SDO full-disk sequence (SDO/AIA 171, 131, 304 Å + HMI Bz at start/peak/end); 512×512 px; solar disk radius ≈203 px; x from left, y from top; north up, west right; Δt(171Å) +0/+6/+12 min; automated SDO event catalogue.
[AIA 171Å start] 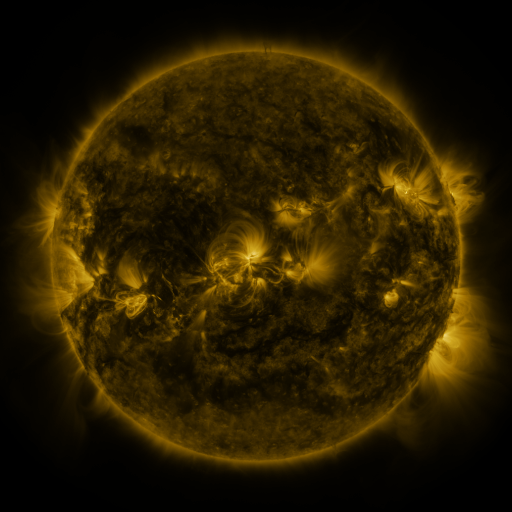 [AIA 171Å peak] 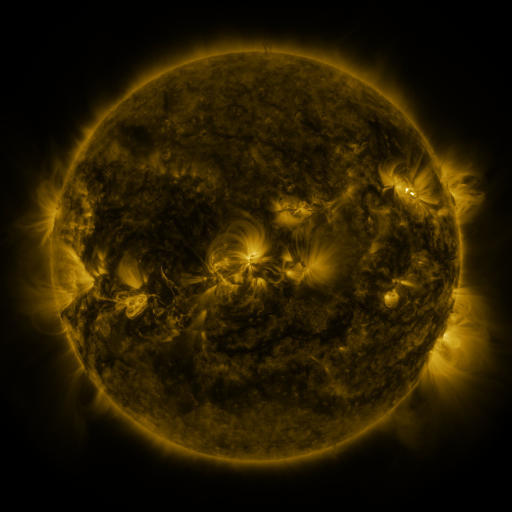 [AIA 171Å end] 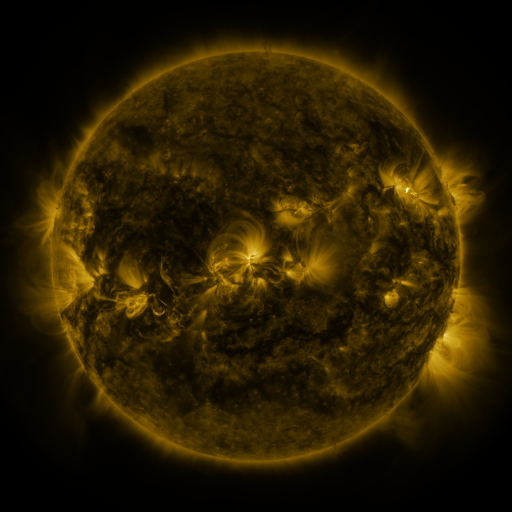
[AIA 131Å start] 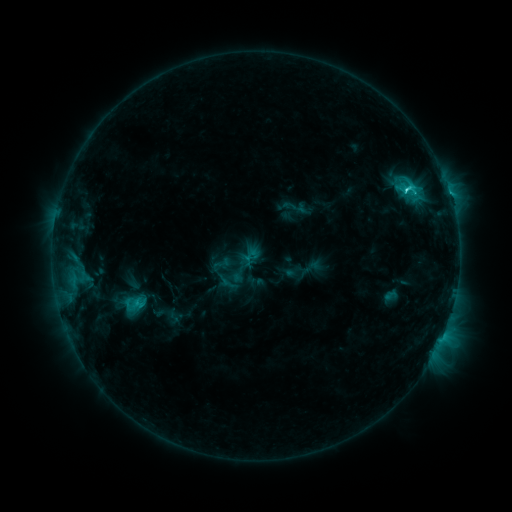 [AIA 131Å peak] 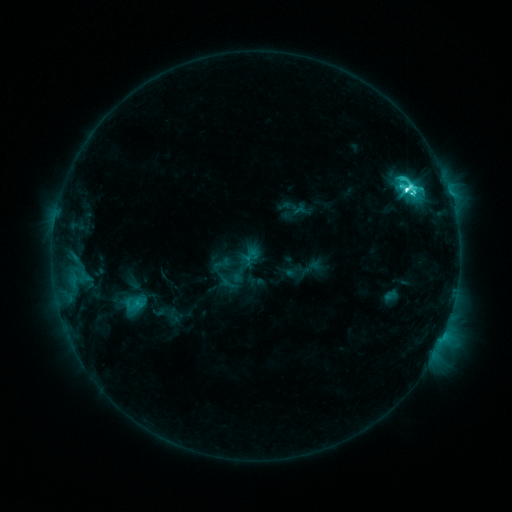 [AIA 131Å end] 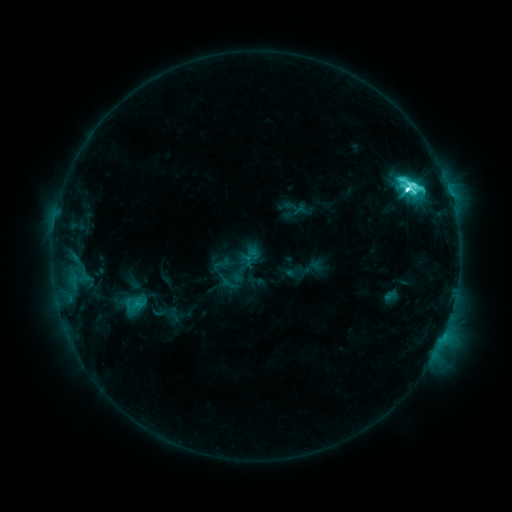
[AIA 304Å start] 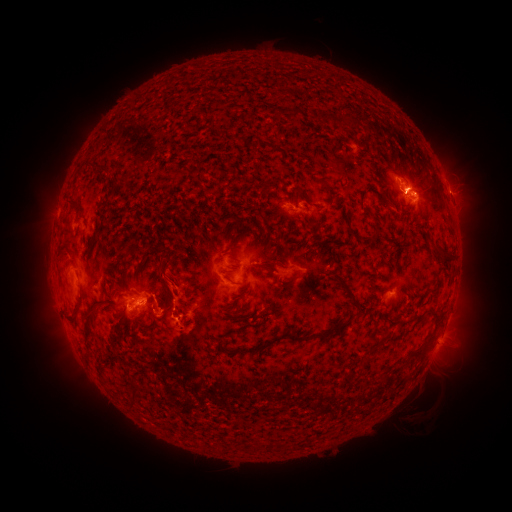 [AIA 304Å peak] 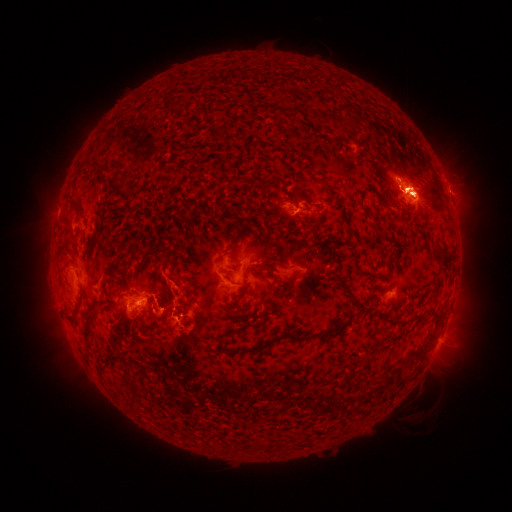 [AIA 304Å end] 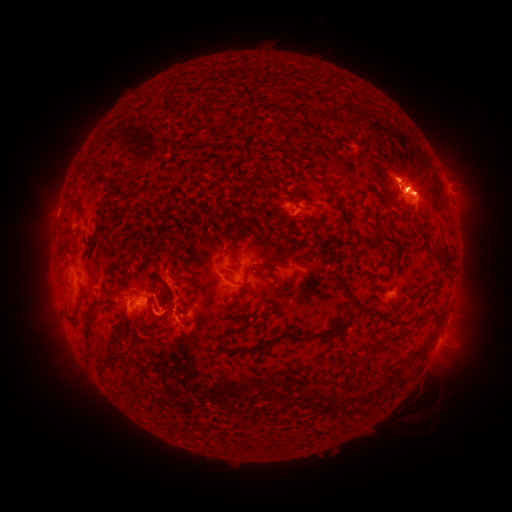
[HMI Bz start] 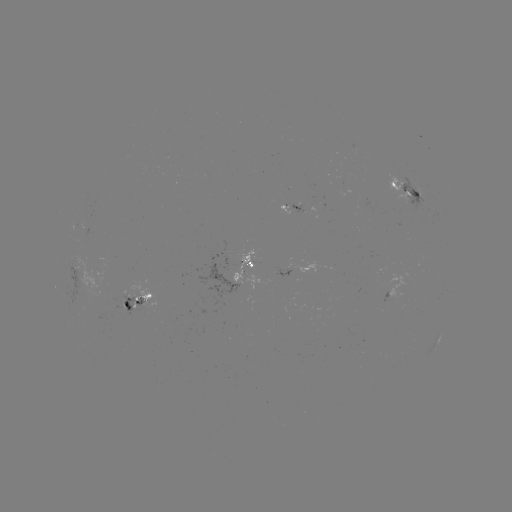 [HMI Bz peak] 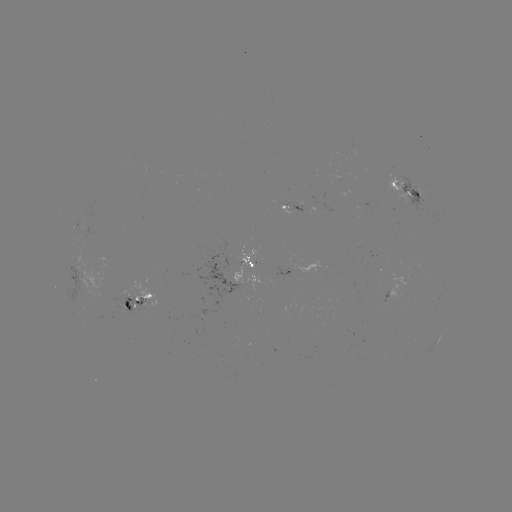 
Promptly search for eruption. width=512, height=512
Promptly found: [163, 321].